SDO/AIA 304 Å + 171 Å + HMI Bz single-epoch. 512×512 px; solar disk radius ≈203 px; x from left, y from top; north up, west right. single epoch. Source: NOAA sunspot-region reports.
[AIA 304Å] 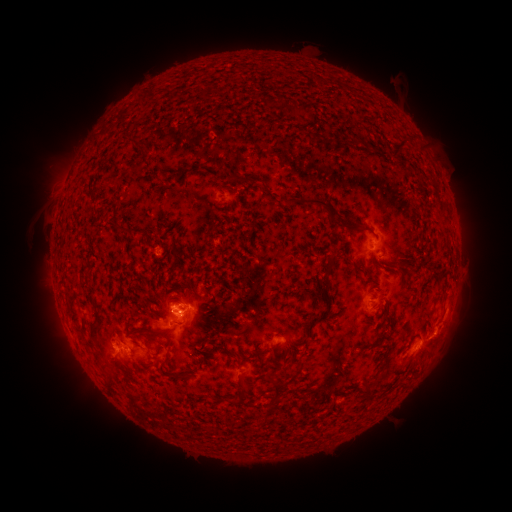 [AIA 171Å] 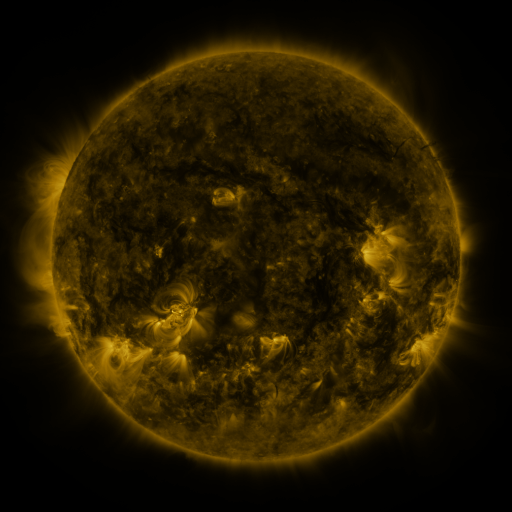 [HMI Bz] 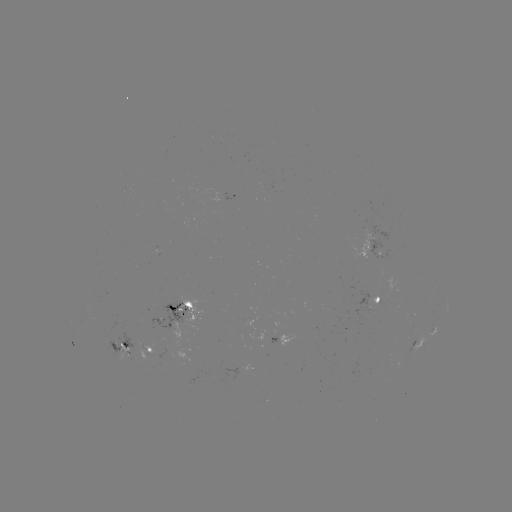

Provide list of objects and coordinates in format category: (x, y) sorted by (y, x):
spotted active region: (233, 196)
spotted active region: (374, 248)
spotted active region: (377, 301)
spotted active region: (180, 311)
spotted active region: (282, 342)
spotted active region: (419, 344)
spotted active region: (122, 346)
spotted active region: (151, 351)
